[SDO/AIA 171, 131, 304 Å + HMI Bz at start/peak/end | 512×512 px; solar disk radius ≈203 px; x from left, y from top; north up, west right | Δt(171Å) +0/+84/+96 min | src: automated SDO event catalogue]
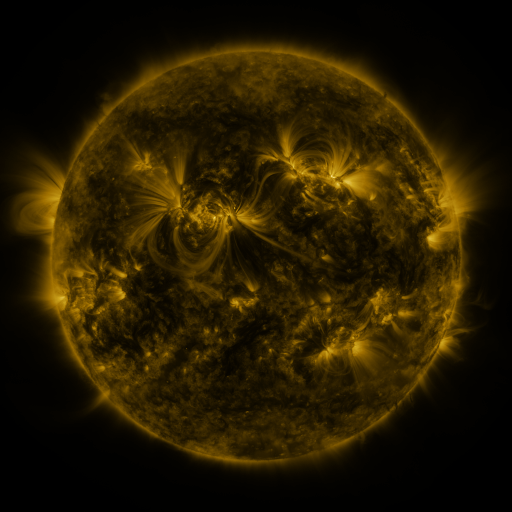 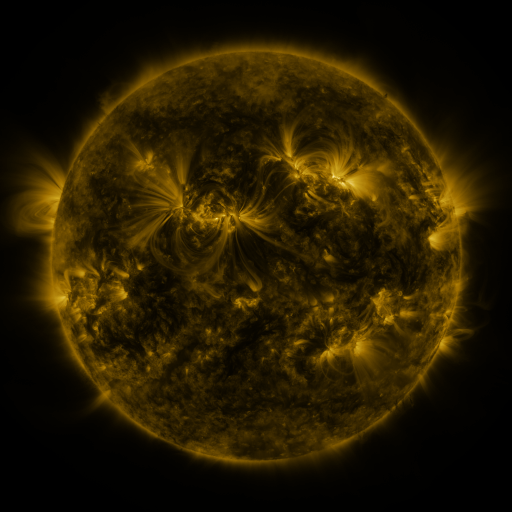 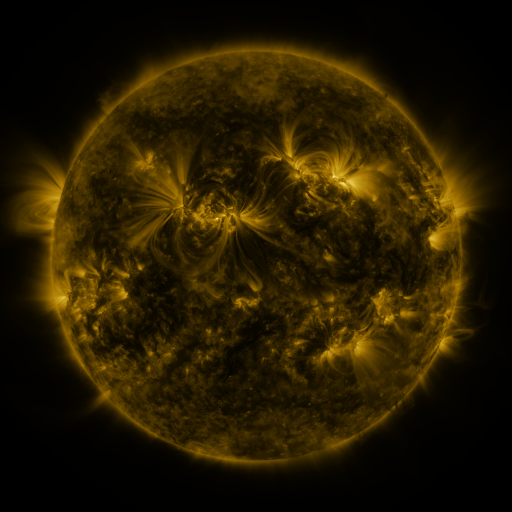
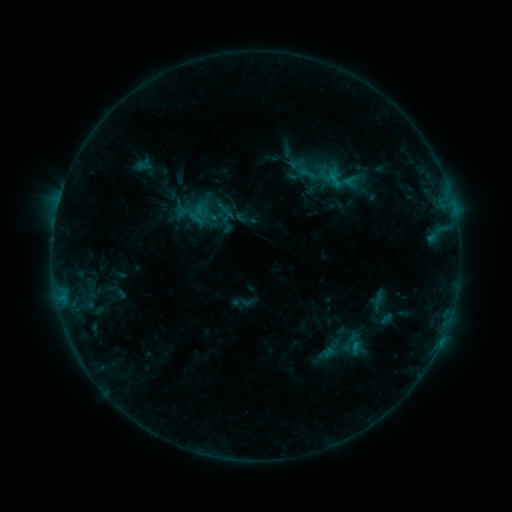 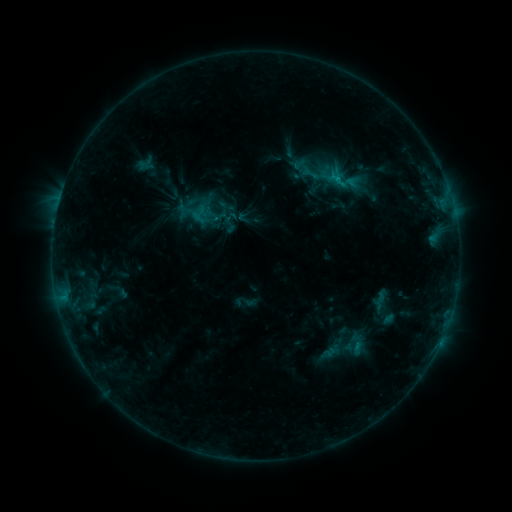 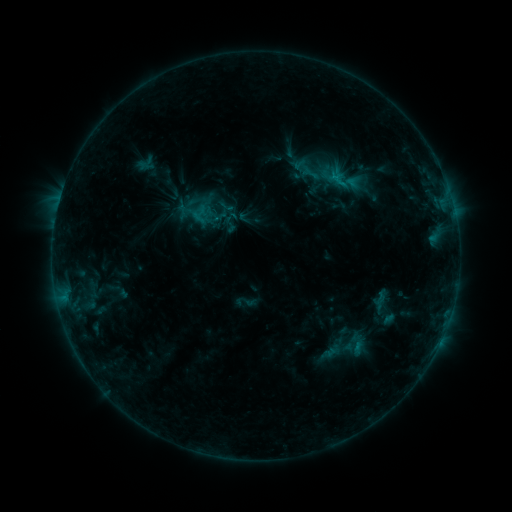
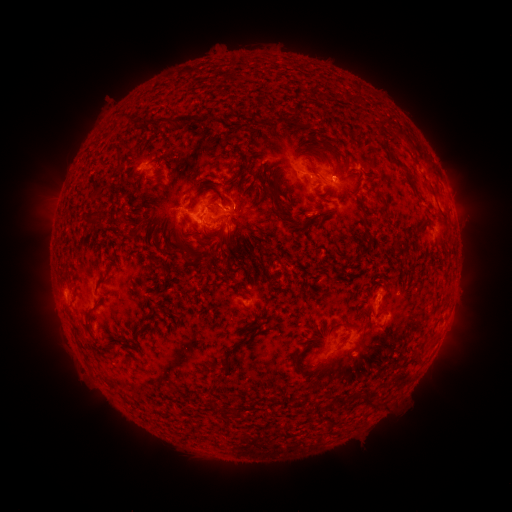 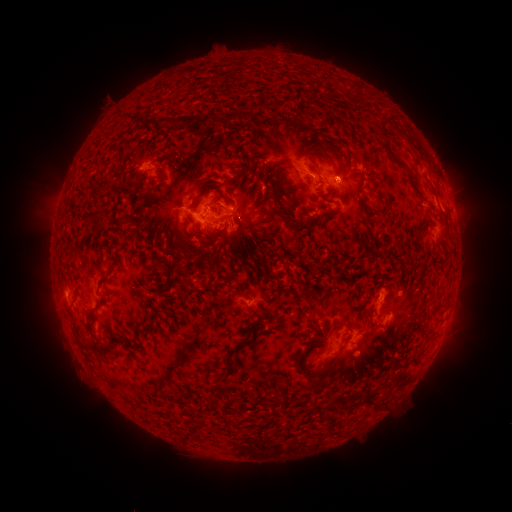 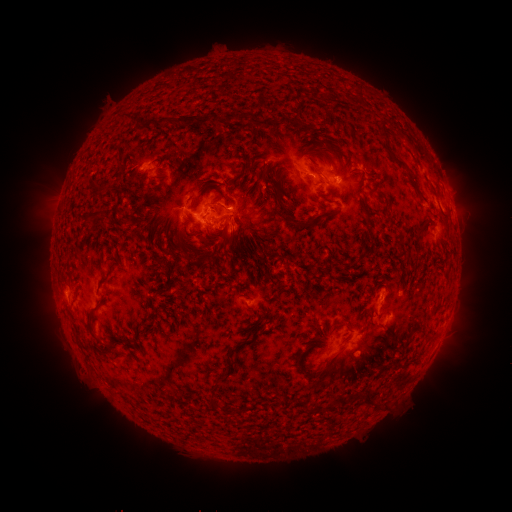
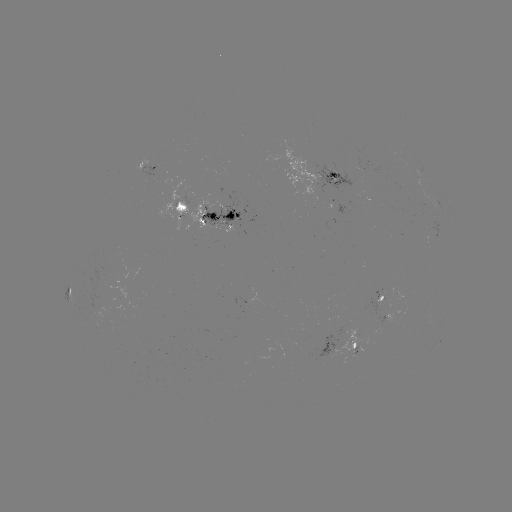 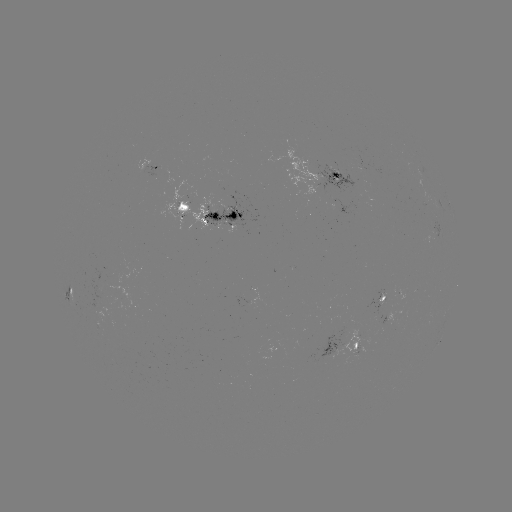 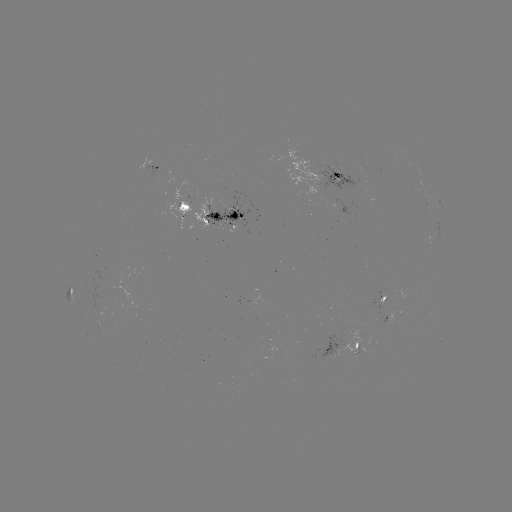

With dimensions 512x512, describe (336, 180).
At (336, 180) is emerging-flux region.